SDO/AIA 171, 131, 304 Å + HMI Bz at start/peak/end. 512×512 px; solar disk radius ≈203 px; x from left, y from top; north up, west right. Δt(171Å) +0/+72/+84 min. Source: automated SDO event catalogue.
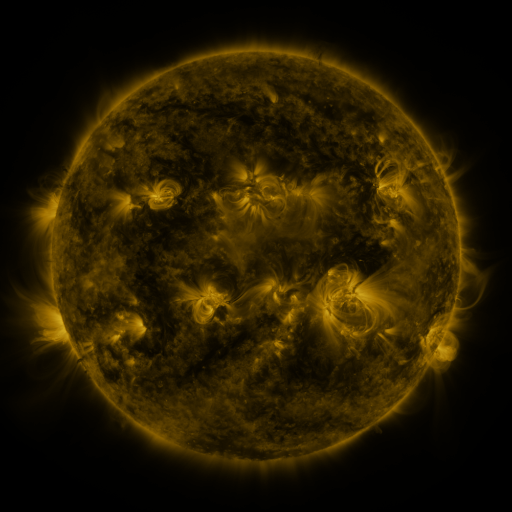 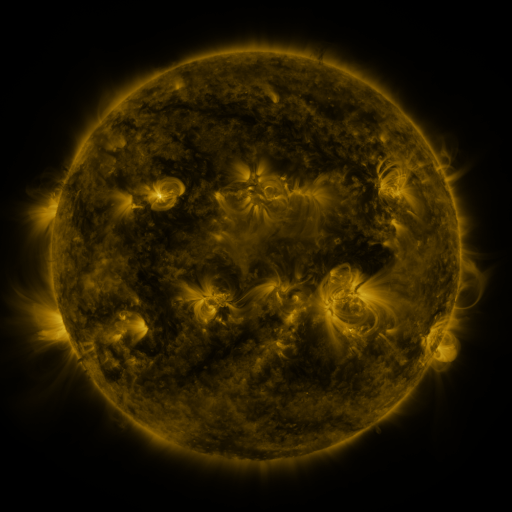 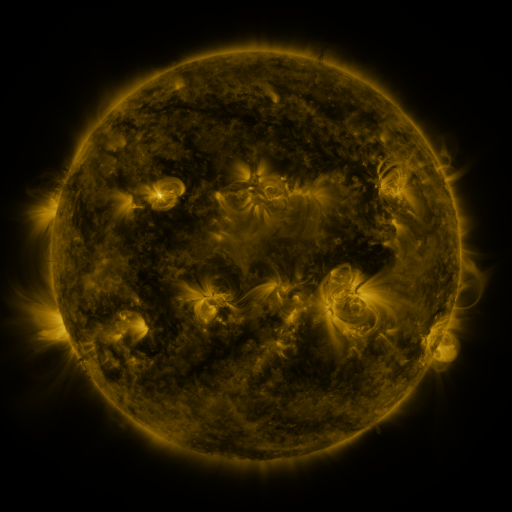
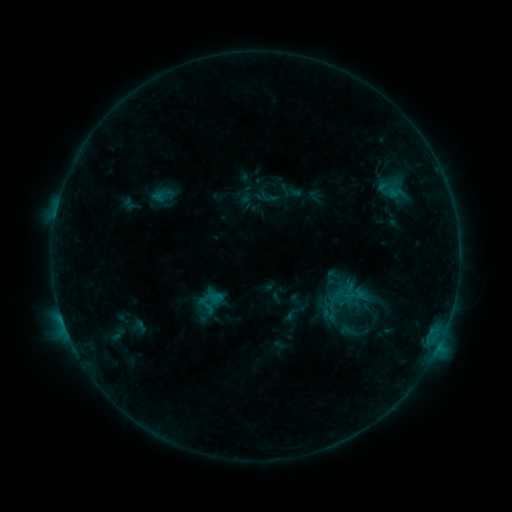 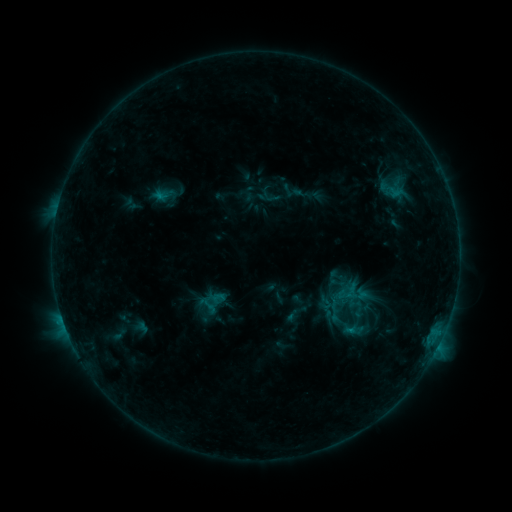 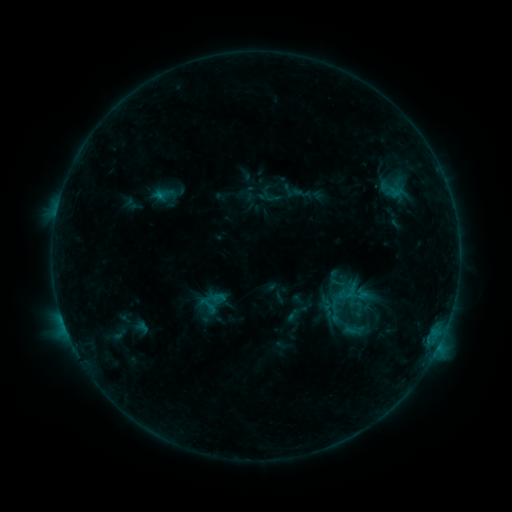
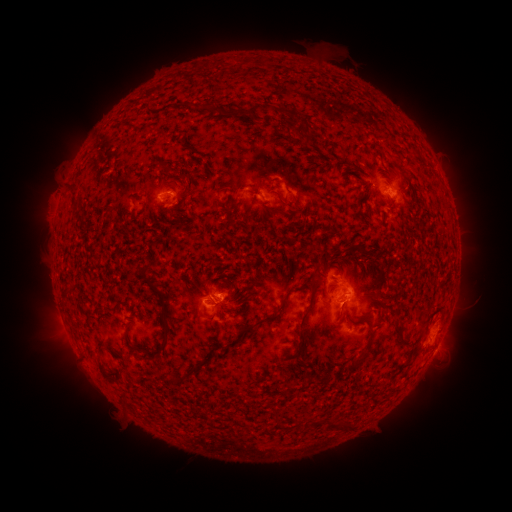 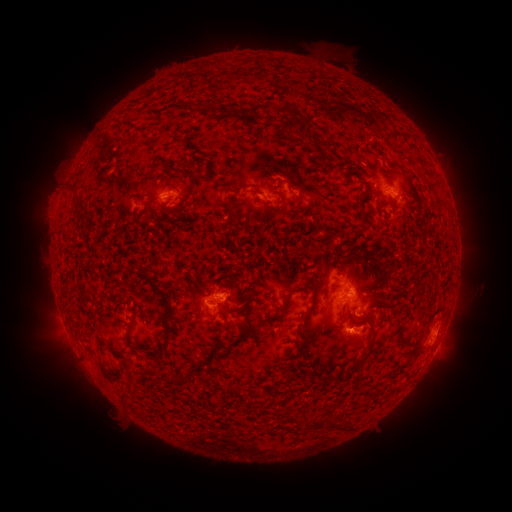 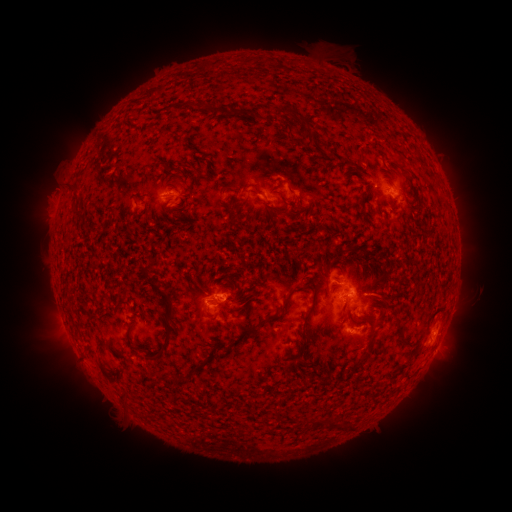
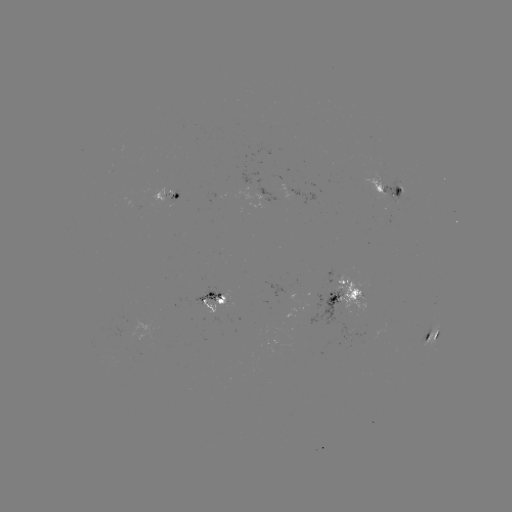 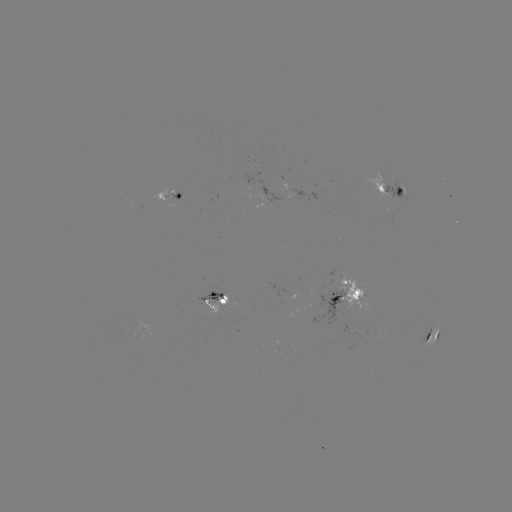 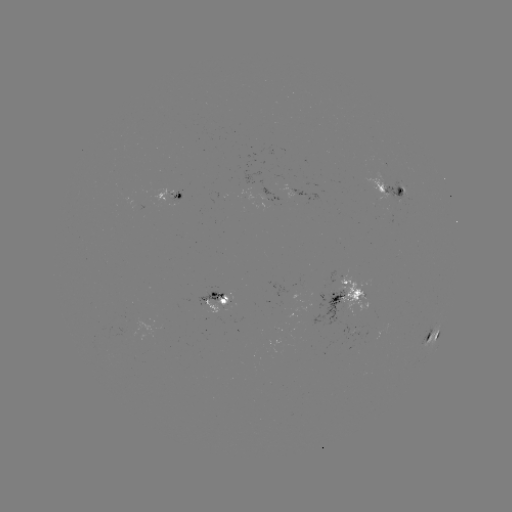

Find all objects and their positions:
emerging-flux region: (398, 196)
